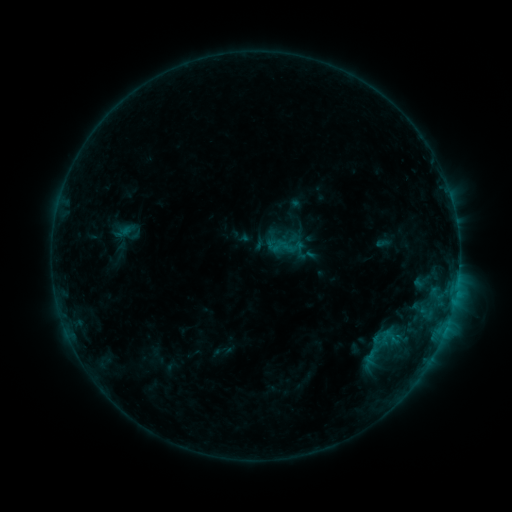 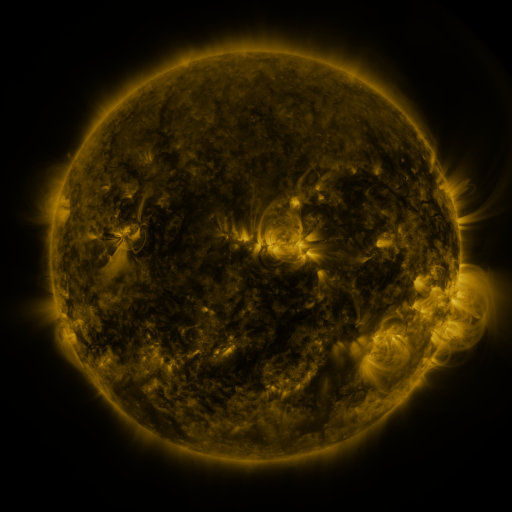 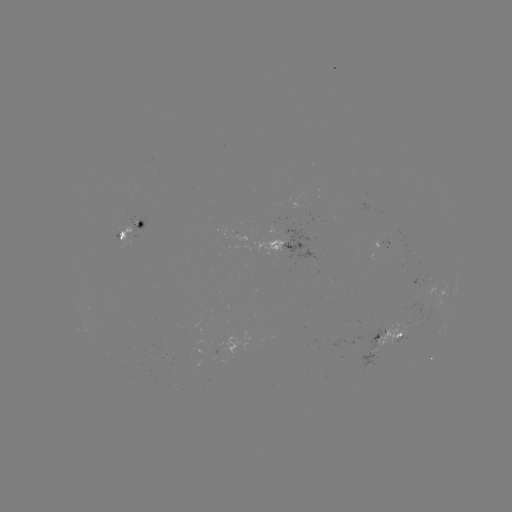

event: sigmoid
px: (383, 349)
